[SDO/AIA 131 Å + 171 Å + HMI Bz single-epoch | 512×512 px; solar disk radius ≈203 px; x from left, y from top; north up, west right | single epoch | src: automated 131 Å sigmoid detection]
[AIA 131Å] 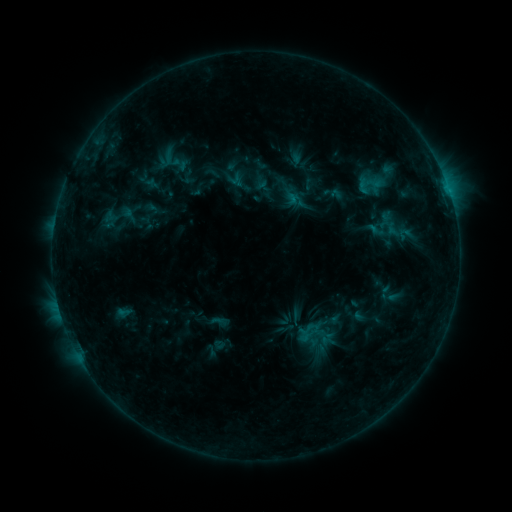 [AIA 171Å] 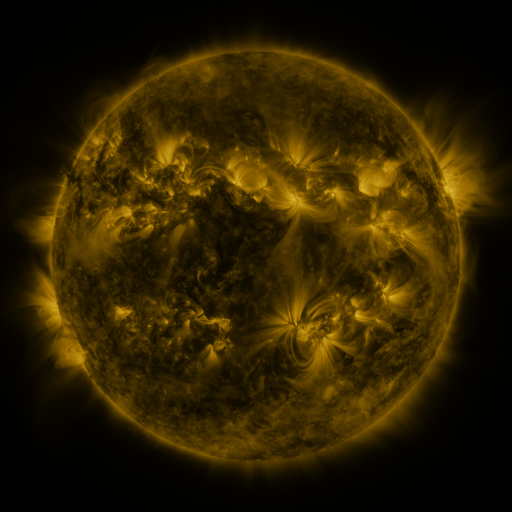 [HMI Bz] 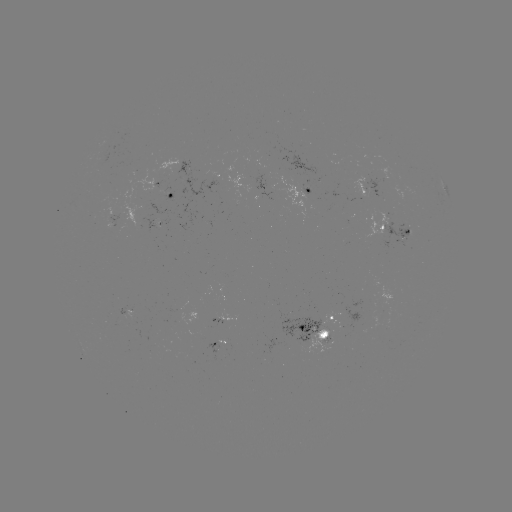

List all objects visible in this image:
sigmoid: (370, 186)
